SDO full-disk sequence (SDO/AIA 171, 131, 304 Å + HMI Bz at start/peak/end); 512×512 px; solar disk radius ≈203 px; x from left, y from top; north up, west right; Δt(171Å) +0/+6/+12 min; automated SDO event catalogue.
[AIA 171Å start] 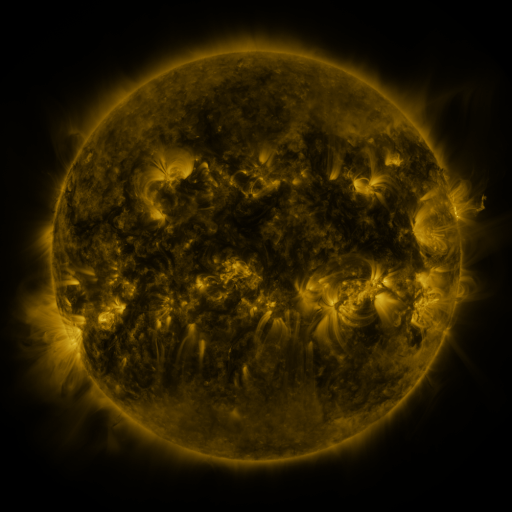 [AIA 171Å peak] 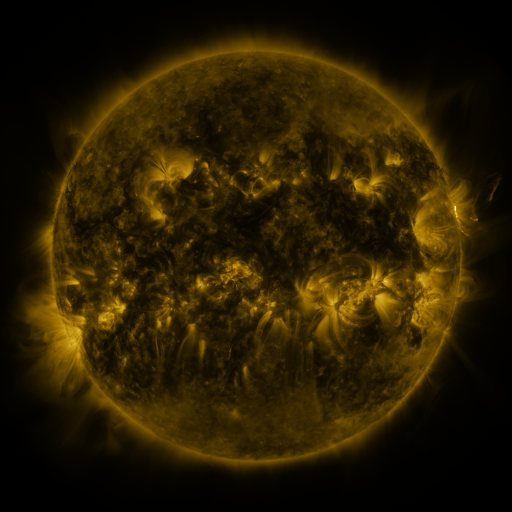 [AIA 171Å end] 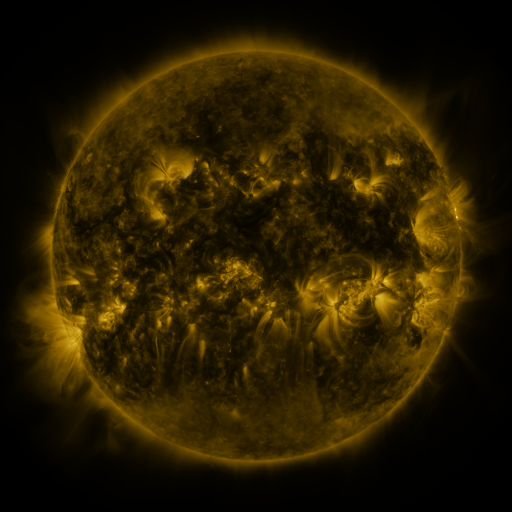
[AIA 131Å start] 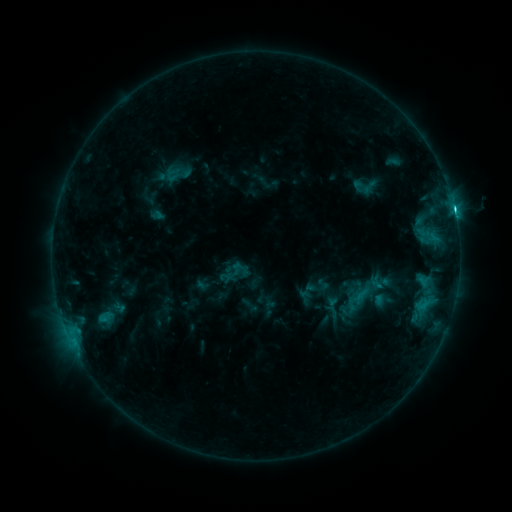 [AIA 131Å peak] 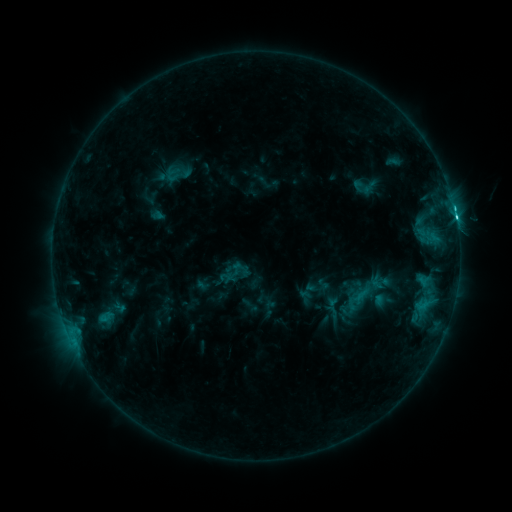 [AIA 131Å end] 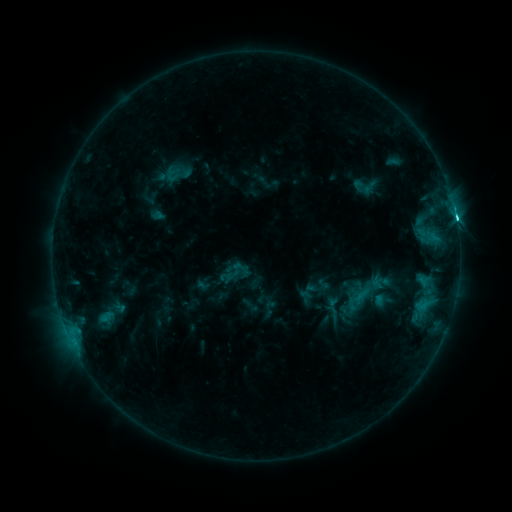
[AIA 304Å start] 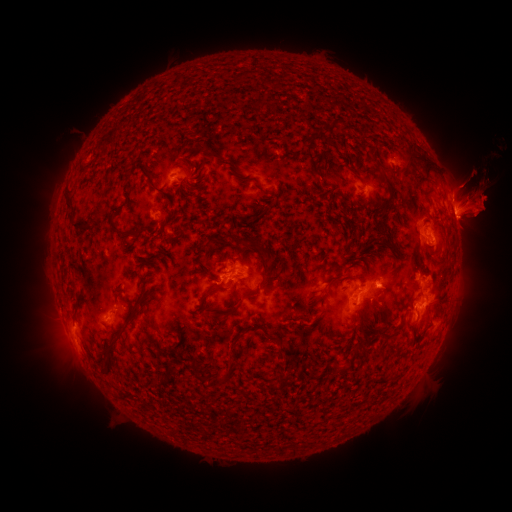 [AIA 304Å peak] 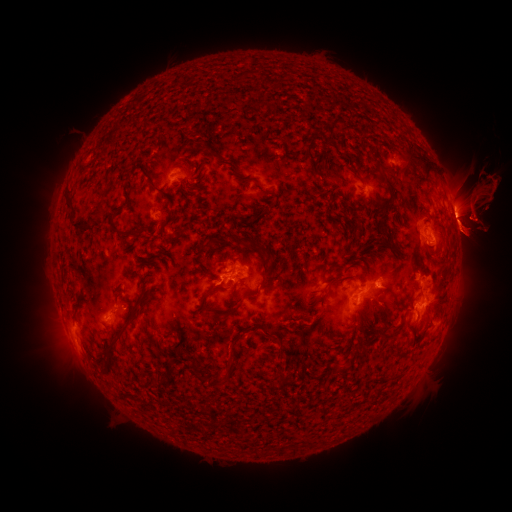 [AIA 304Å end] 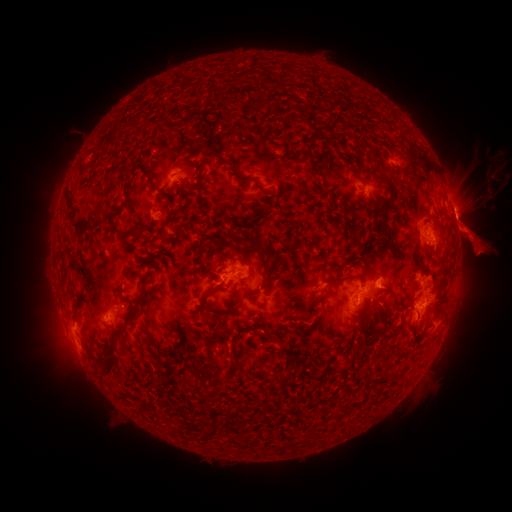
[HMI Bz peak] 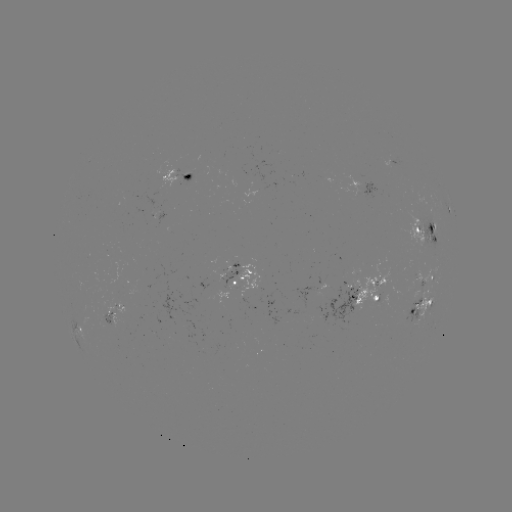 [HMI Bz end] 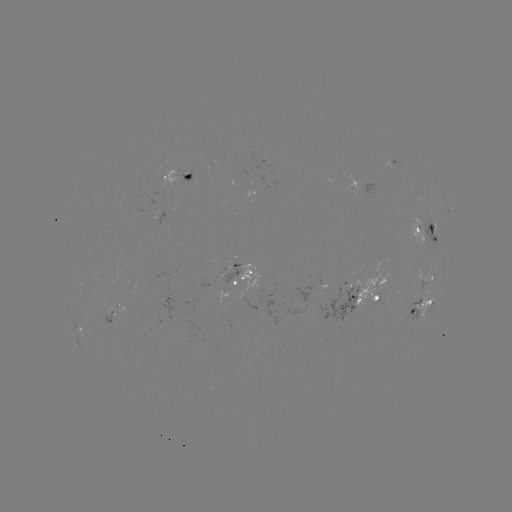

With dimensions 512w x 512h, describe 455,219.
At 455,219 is C3.9 flare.